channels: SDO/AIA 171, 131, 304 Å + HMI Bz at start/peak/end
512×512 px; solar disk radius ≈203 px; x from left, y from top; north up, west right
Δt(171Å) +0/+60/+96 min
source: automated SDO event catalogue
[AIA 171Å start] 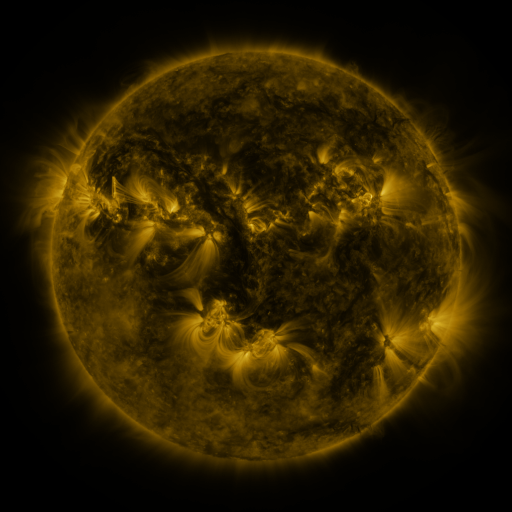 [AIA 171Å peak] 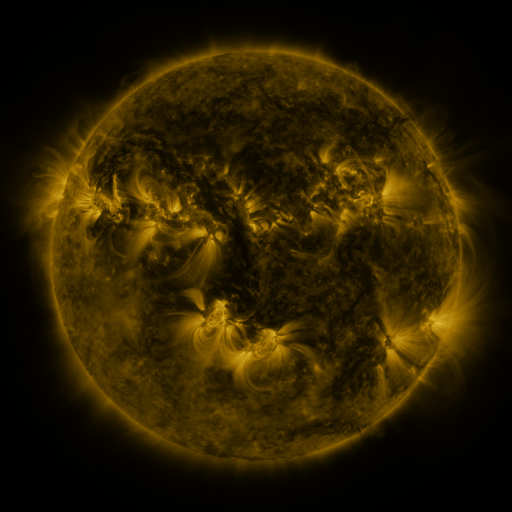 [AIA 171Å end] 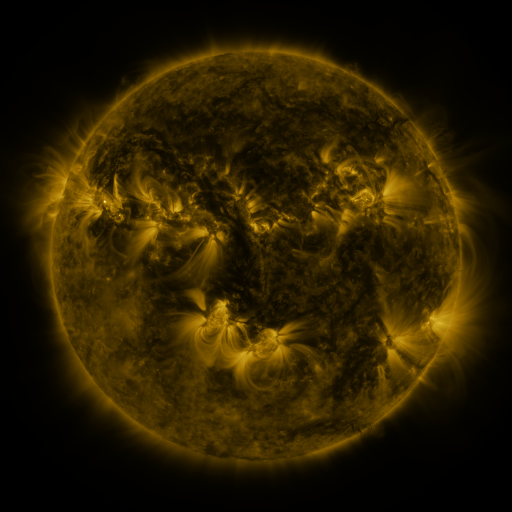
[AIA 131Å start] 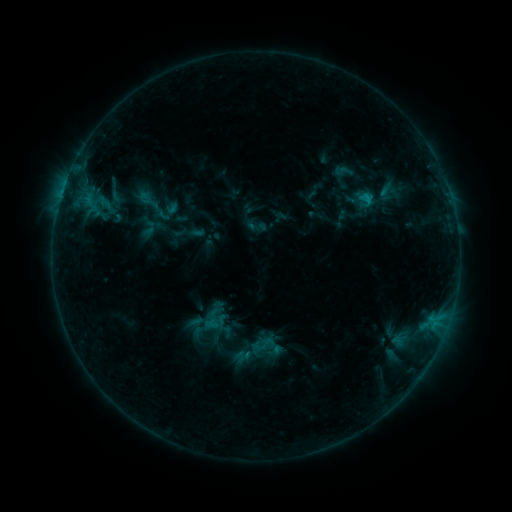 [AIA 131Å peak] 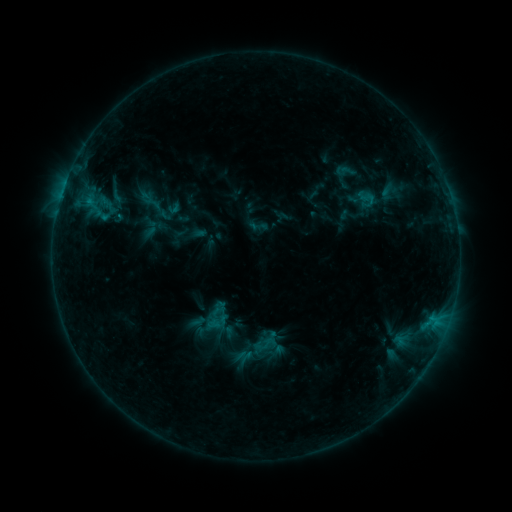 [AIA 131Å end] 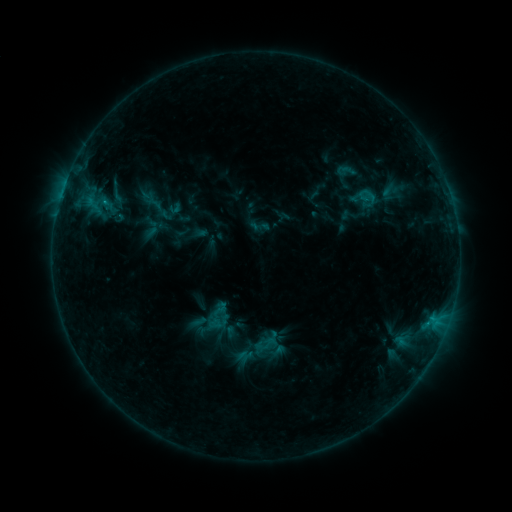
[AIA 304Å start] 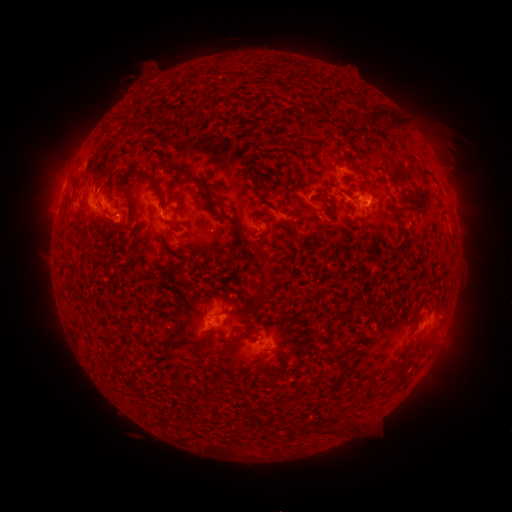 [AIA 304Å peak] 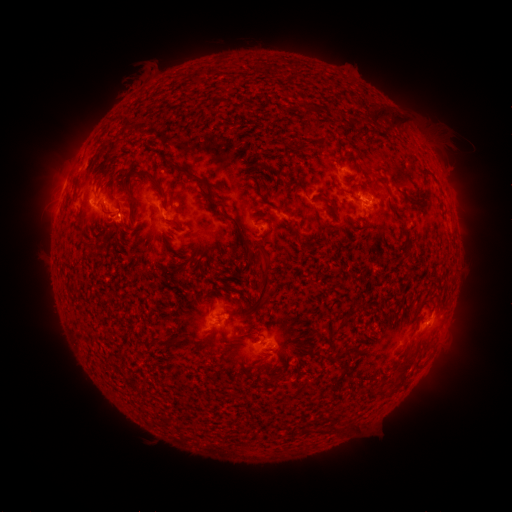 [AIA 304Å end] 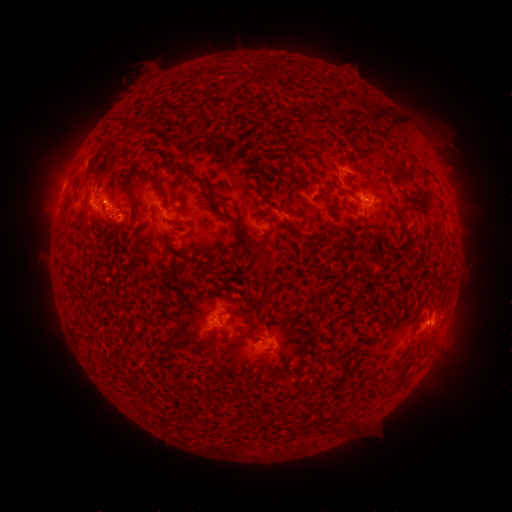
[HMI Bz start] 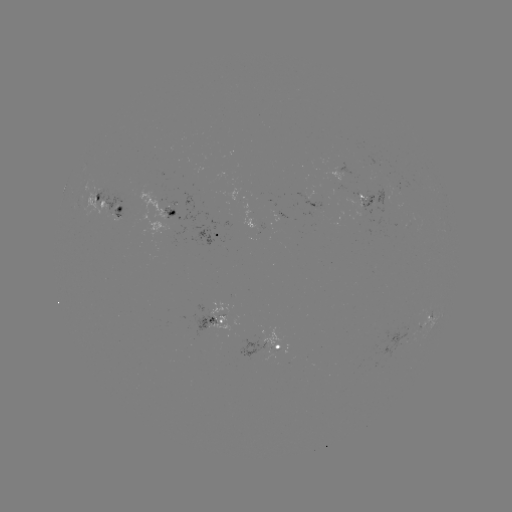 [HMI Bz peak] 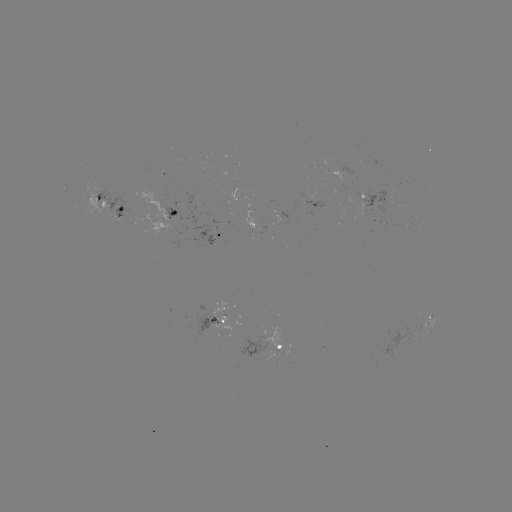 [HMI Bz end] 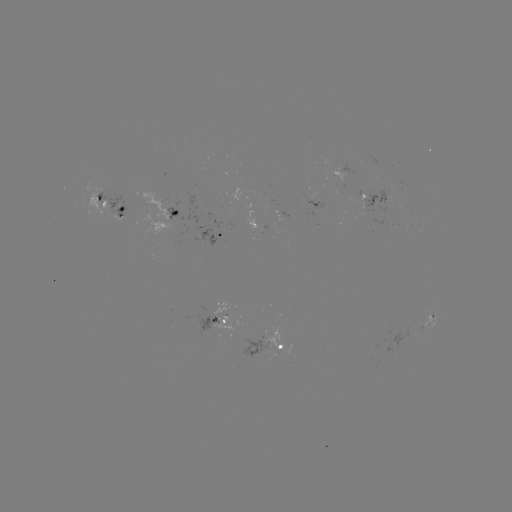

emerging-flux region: <bbox>392, 187, 403, 196</bbox>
